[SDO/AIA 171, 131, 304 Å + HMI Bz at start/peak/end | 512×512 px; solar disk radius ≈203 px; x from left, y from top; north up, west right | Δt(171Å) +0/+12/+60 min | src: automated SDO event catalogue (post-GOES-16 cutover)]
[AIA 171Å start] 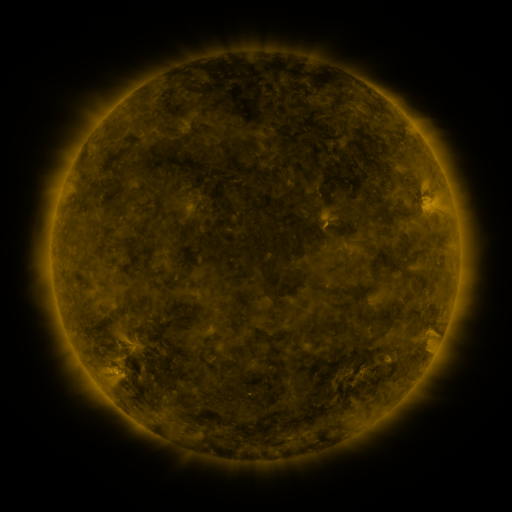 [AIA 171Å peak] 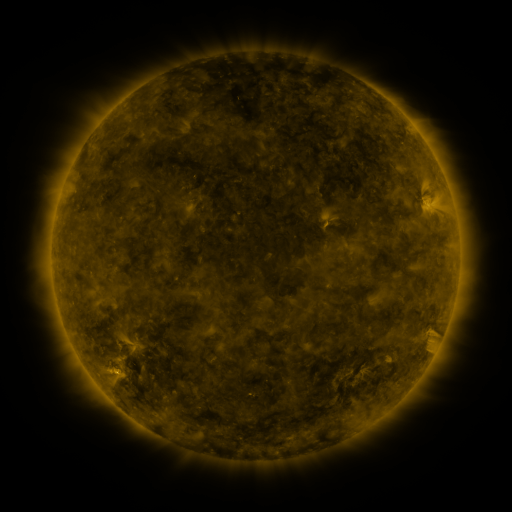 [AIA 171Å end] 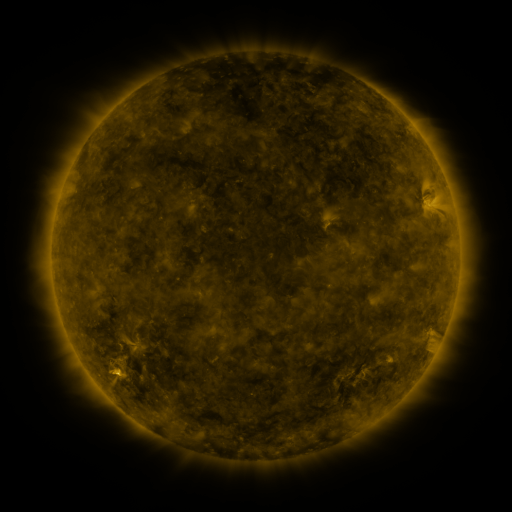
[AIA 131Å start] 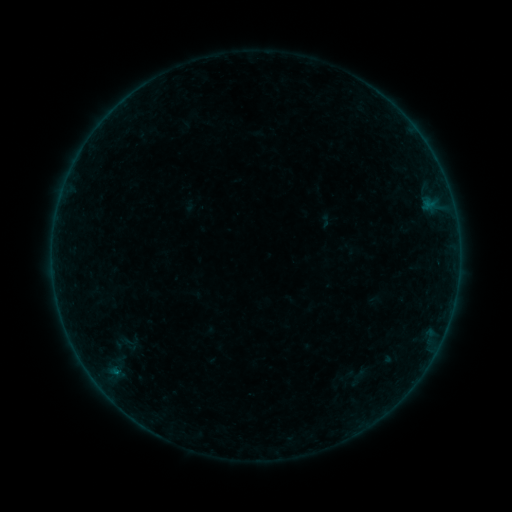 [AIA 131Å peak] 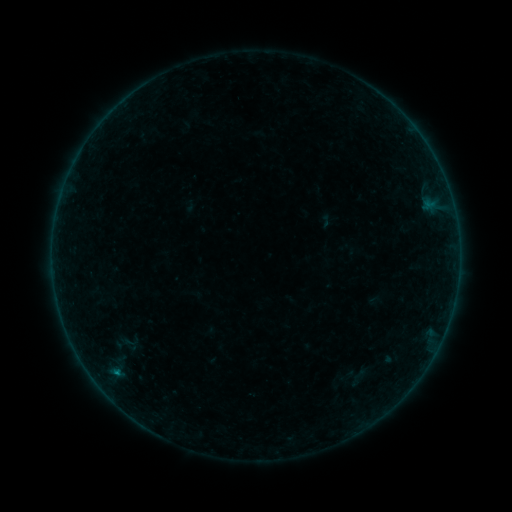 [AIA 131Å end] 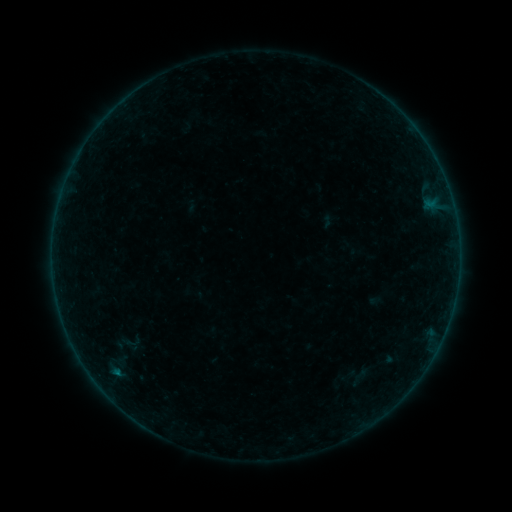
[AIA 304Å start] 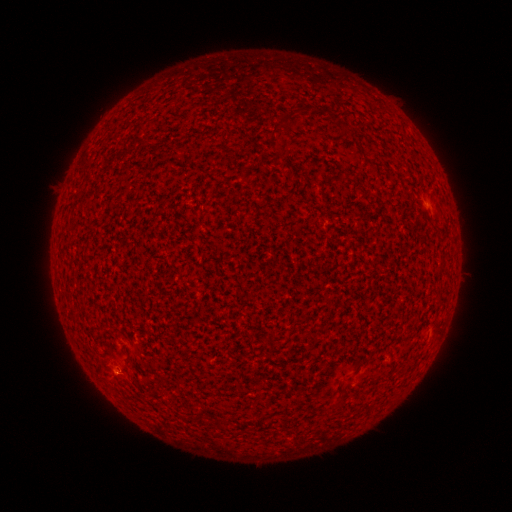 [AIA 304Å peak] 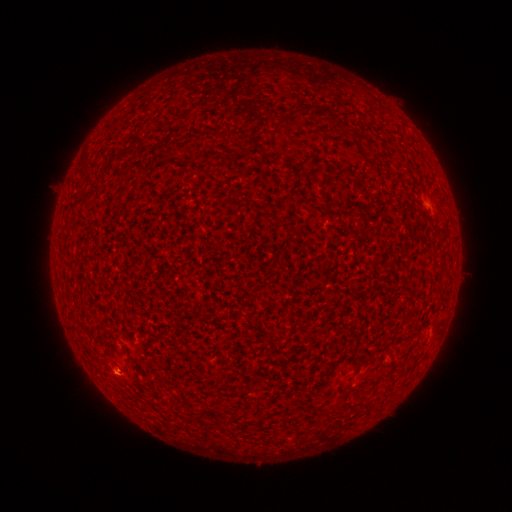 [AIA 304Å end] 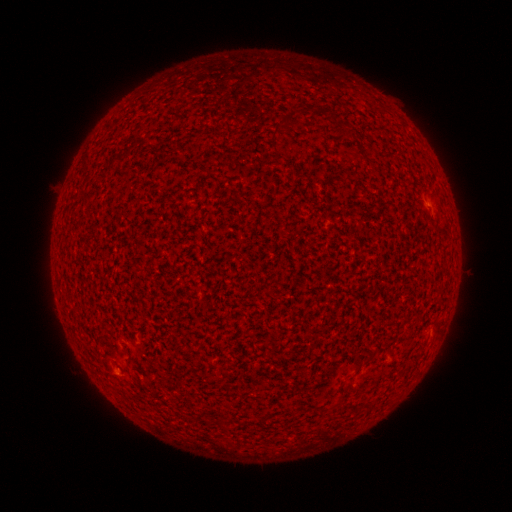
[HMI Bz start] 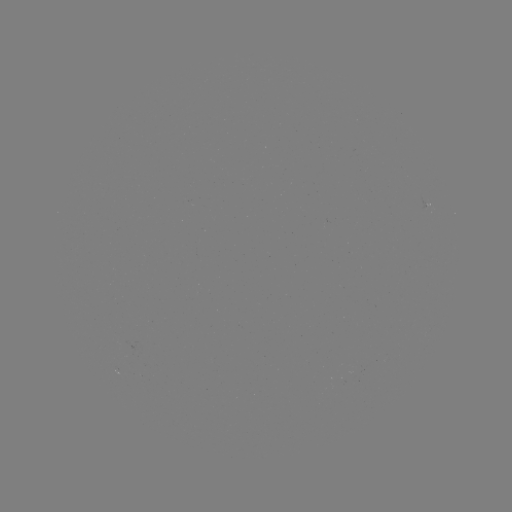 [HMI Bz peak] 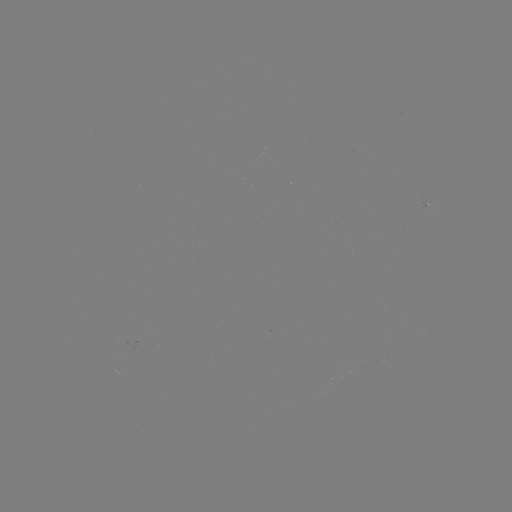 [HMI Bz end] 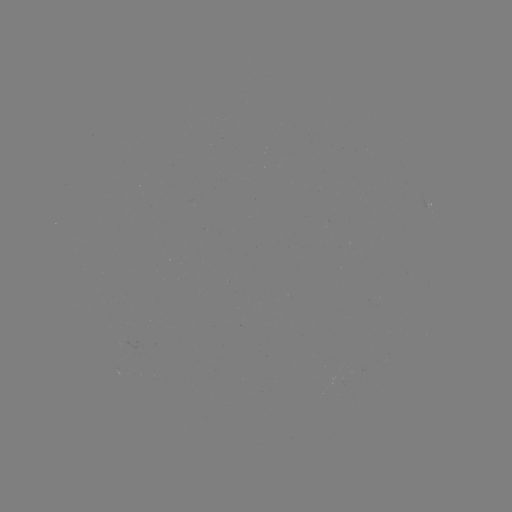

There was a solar flare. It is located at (118, 373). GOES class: B1.6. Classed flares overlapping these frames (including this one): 2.